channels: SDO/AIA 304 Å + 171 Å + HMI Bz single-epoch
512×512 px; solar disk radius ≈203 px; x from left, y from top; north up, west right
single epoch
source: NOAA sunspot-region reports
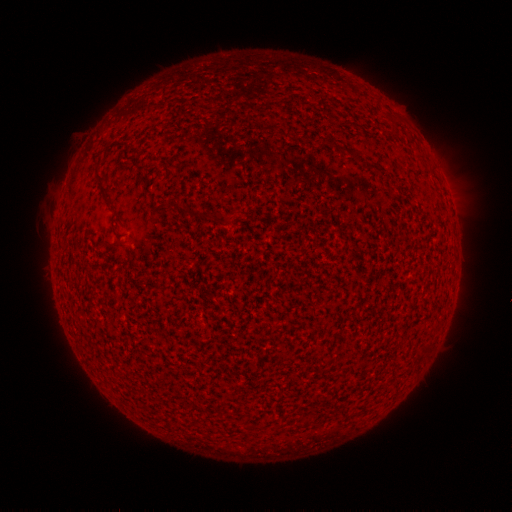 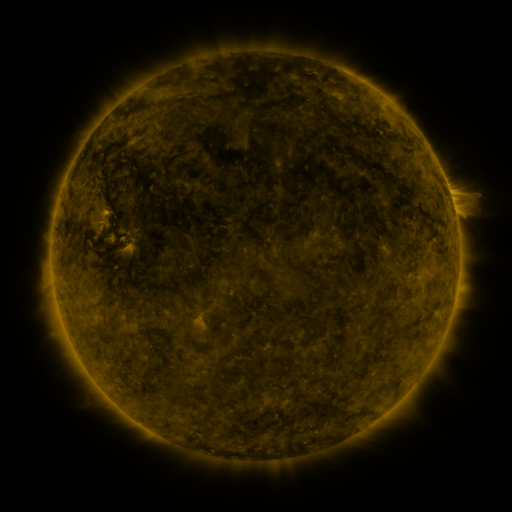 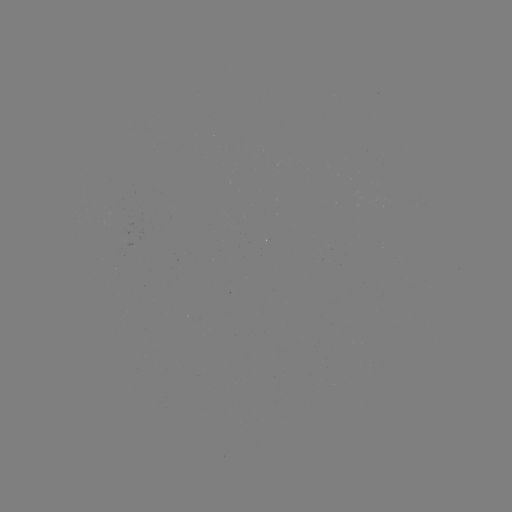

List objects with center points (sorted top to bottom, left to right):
(none)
